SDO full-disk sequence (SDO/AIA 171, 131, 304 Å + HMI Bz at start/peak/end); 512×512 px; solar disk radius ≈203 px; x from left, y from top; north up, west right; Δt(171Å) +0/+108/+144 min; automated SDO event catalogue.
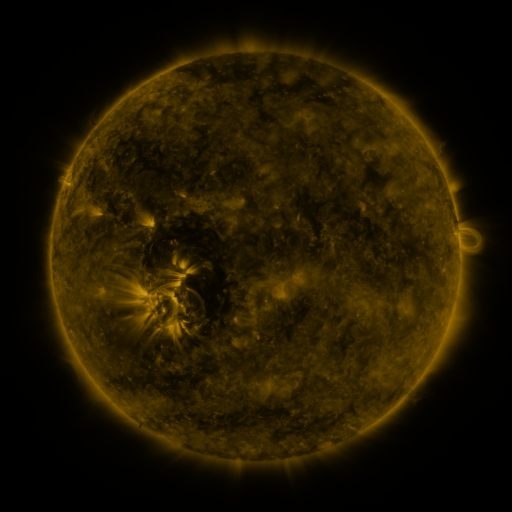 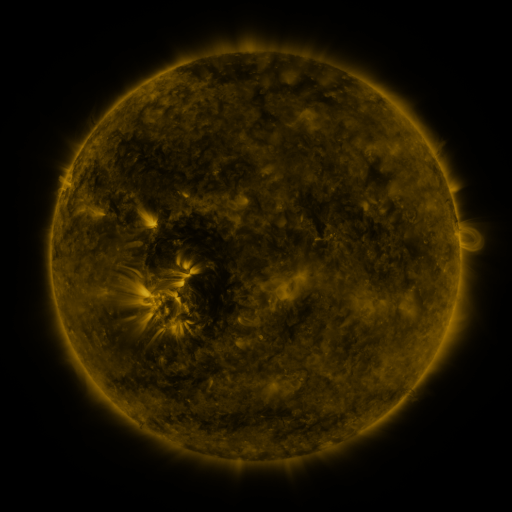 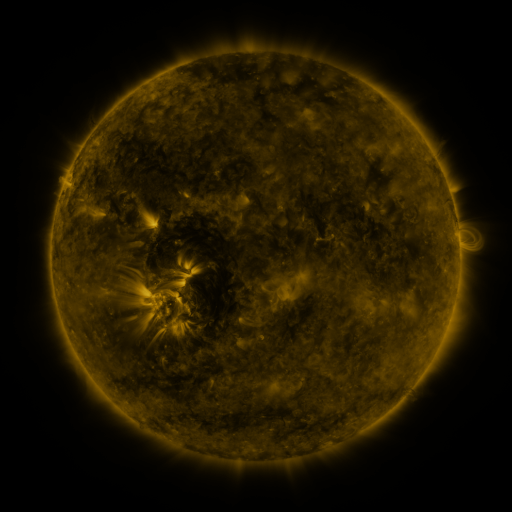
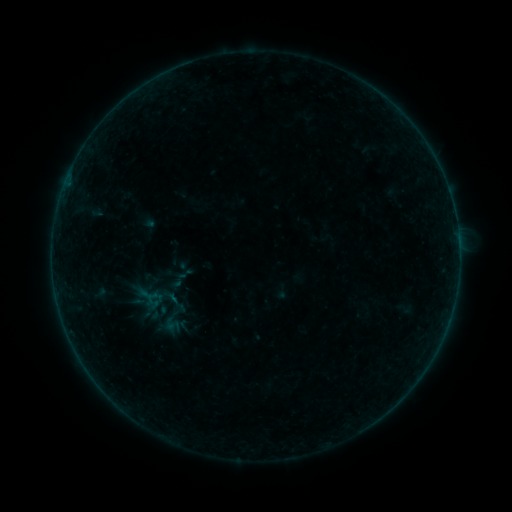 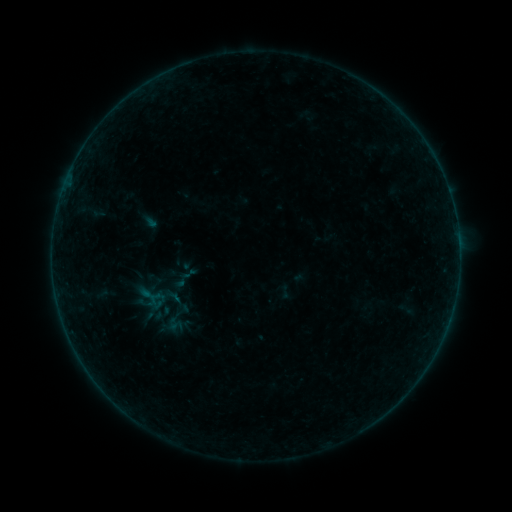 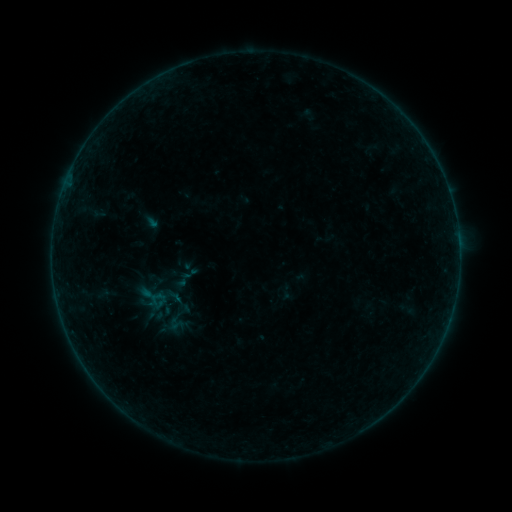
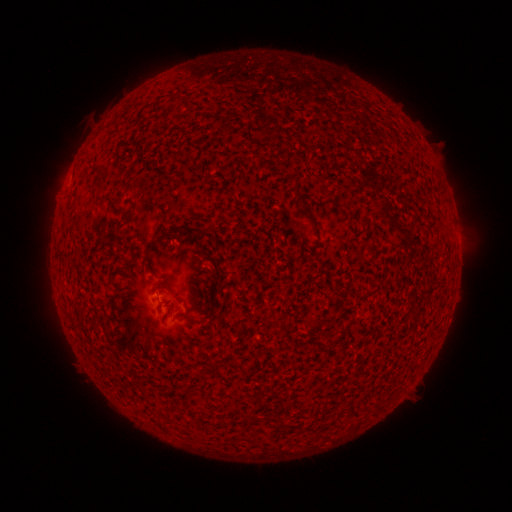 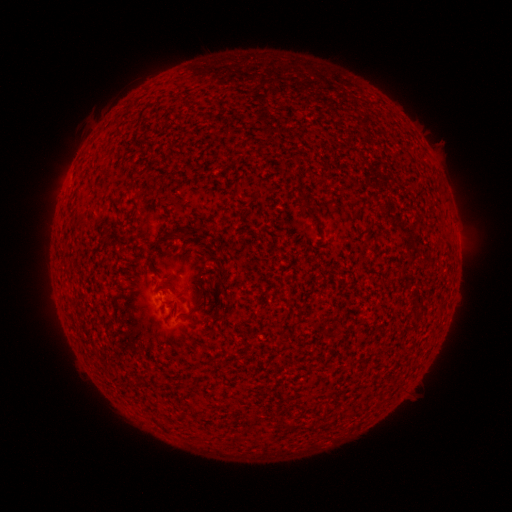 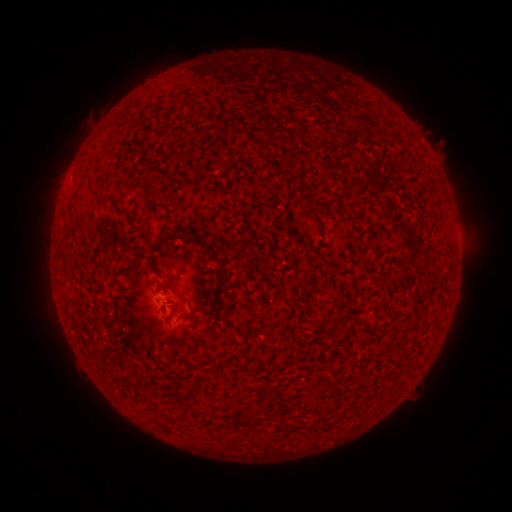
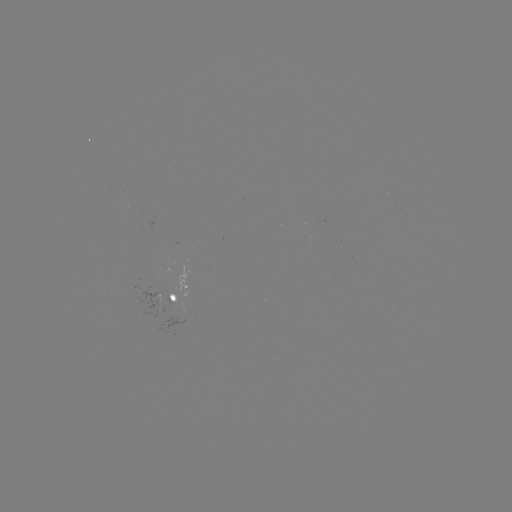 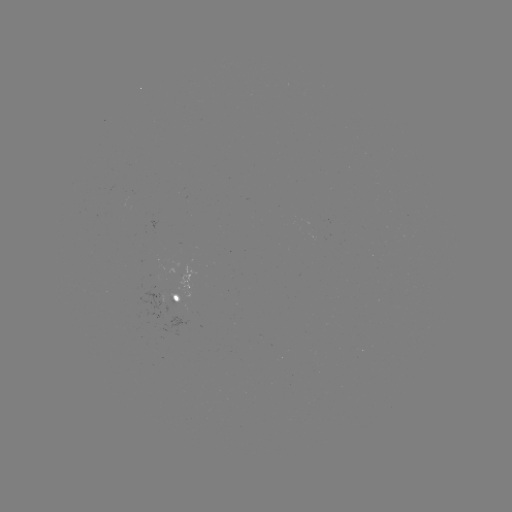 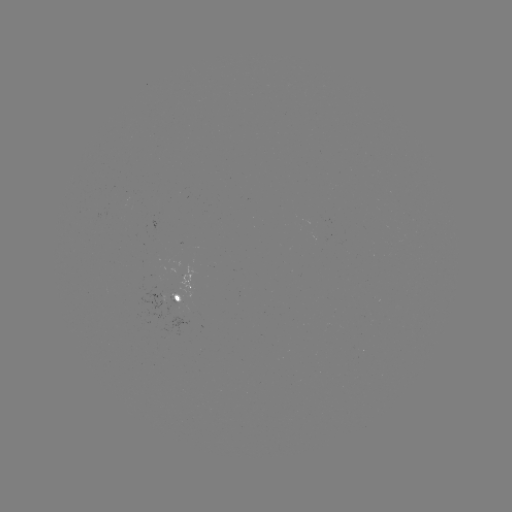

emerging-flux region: <bbox>167, 292, 179, 303</bbox>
